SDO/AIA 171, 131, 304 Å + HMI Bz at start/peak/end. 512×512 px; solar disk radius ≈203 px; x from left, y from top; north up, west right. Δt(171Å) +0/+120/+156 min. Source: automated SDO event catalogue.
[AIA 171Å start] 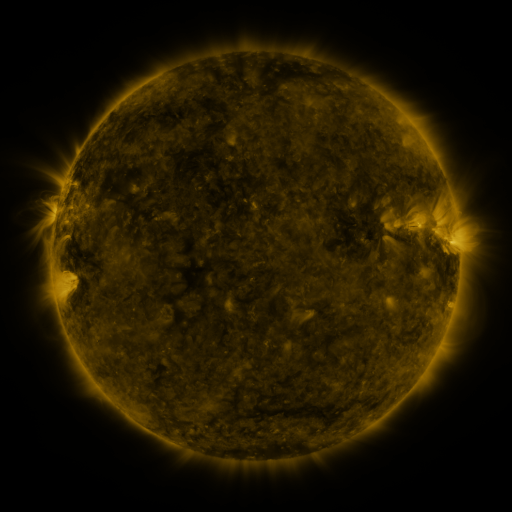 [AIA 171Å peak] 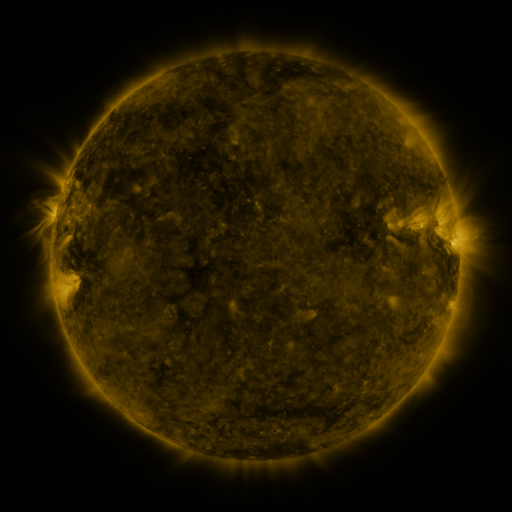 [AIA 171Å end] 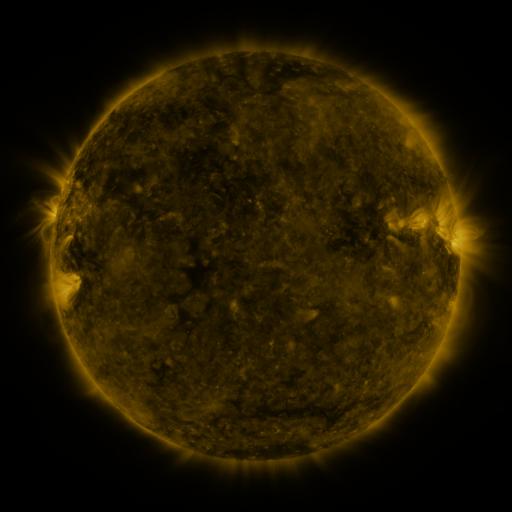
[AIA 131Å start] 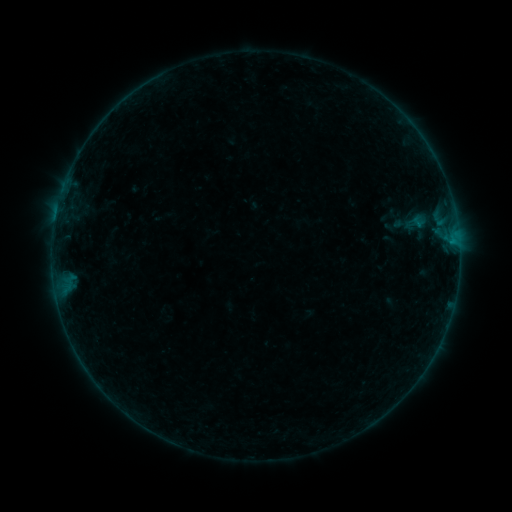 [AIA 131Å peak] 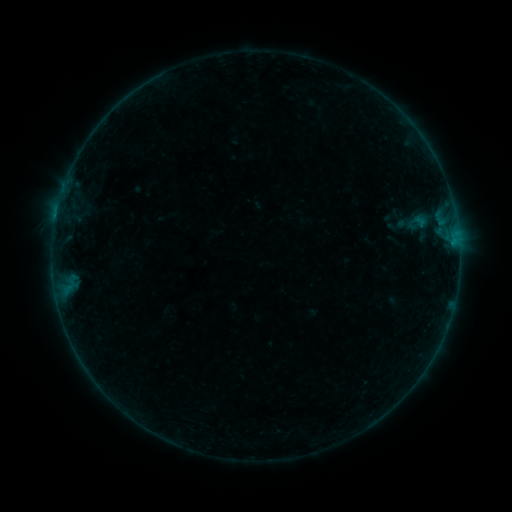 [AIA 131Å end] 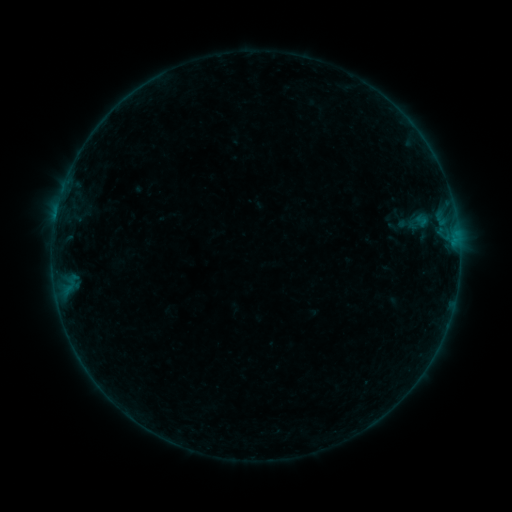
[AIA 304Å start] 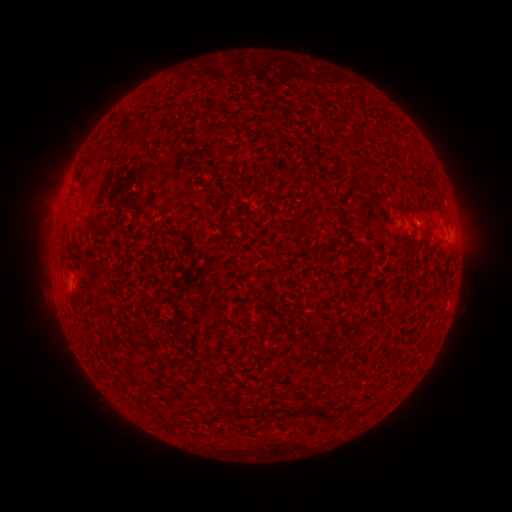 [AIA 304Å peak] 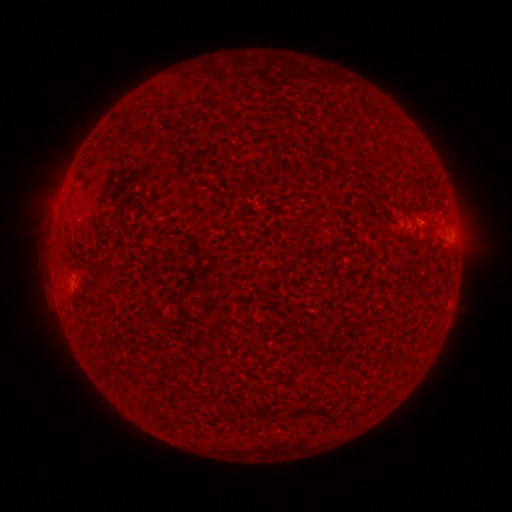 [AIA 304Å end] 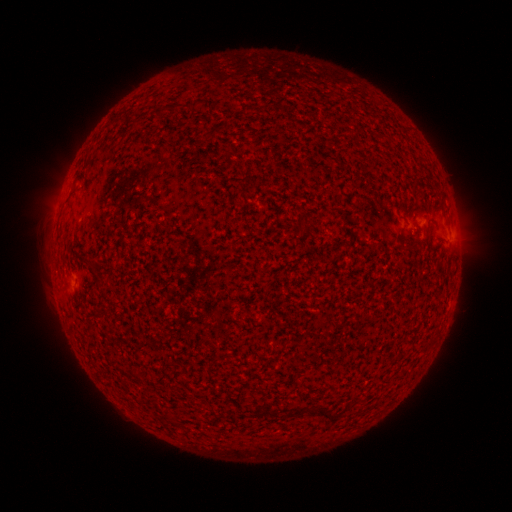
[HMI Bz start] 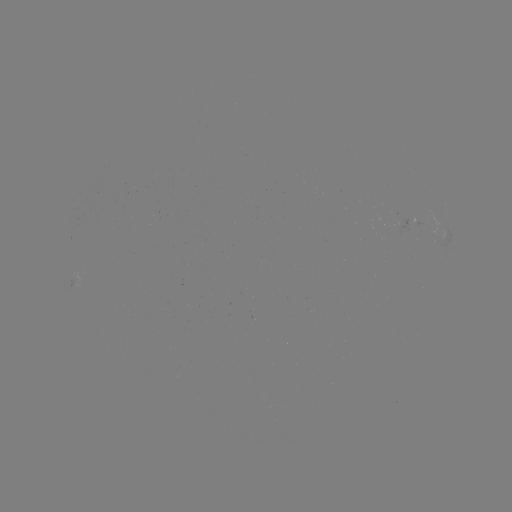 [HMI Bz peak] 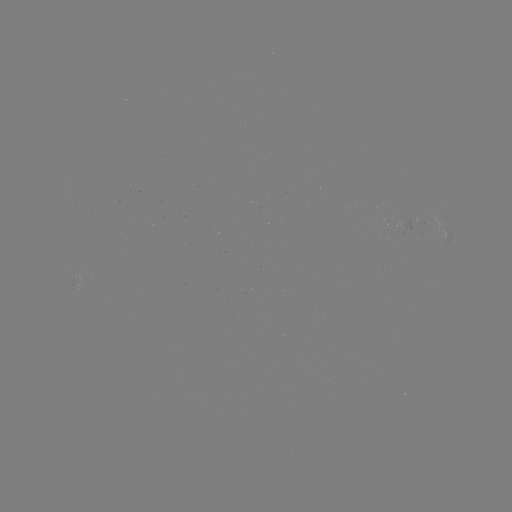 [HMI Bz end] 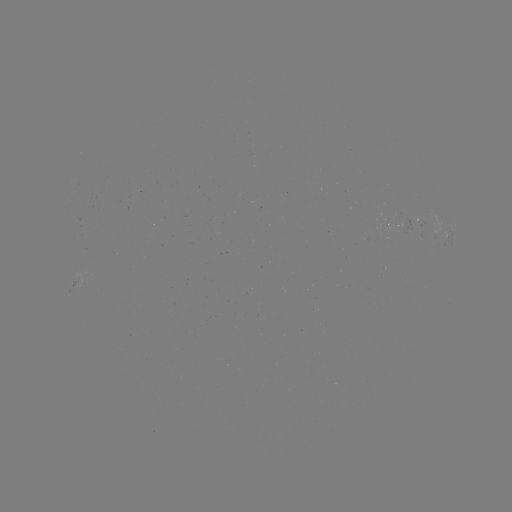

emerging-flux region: (398, 217, 412, 231)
